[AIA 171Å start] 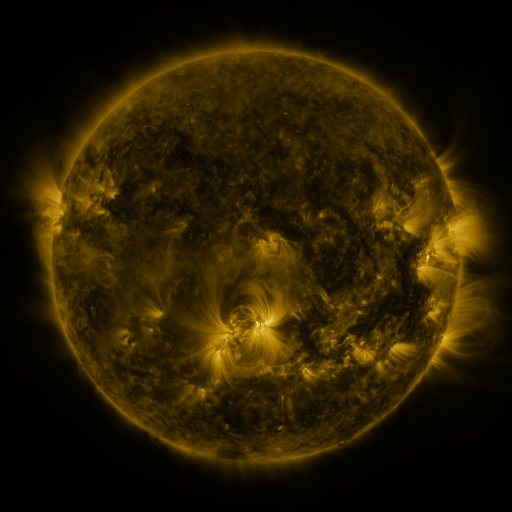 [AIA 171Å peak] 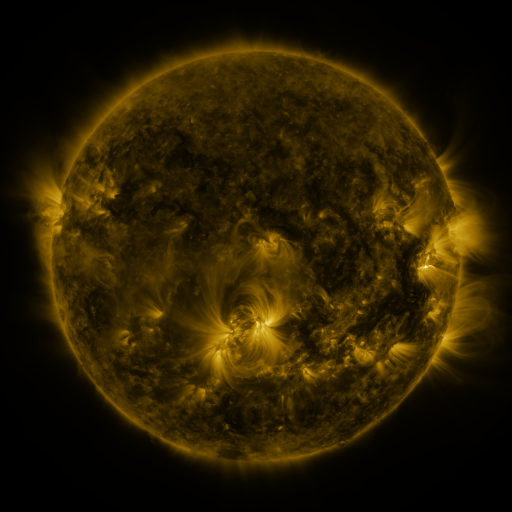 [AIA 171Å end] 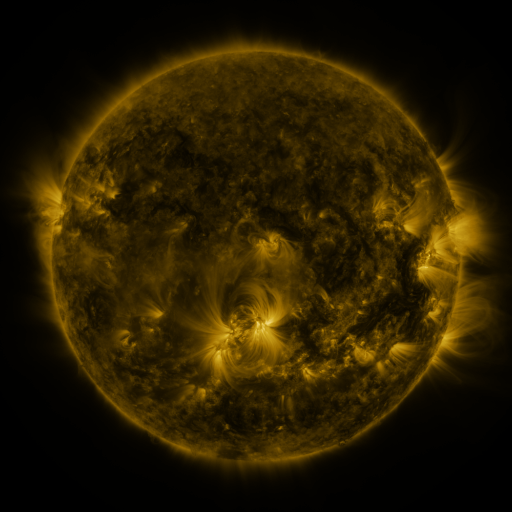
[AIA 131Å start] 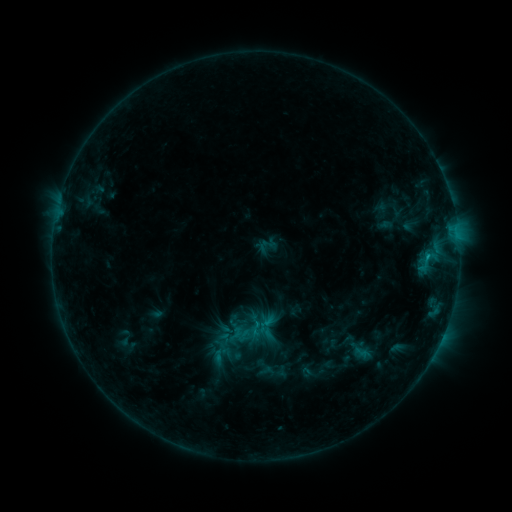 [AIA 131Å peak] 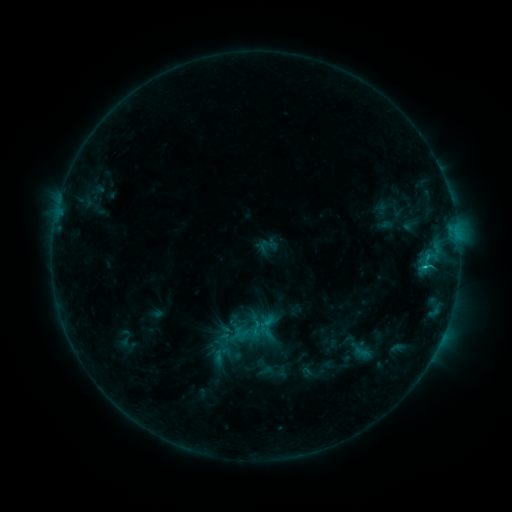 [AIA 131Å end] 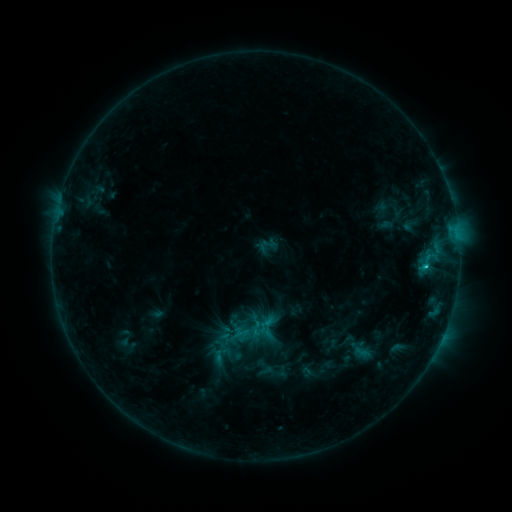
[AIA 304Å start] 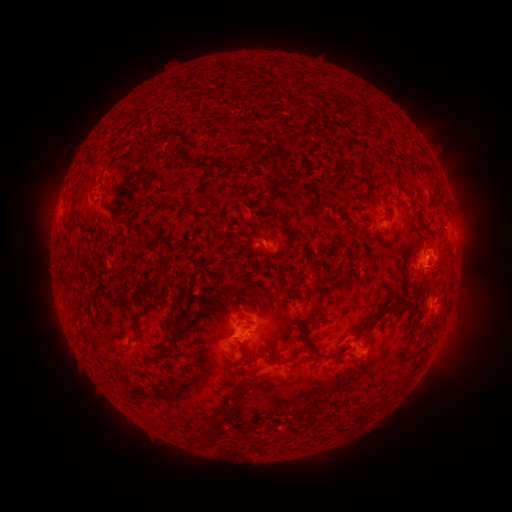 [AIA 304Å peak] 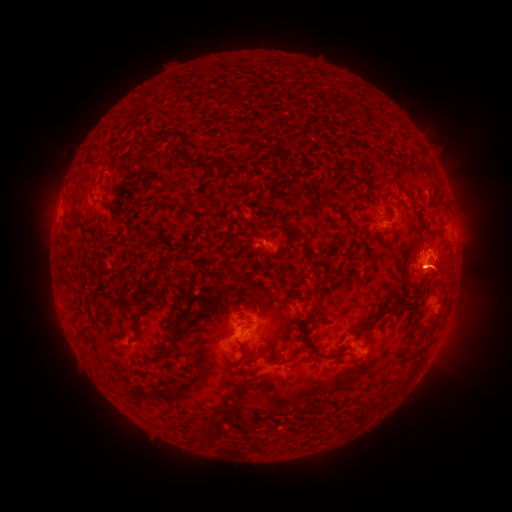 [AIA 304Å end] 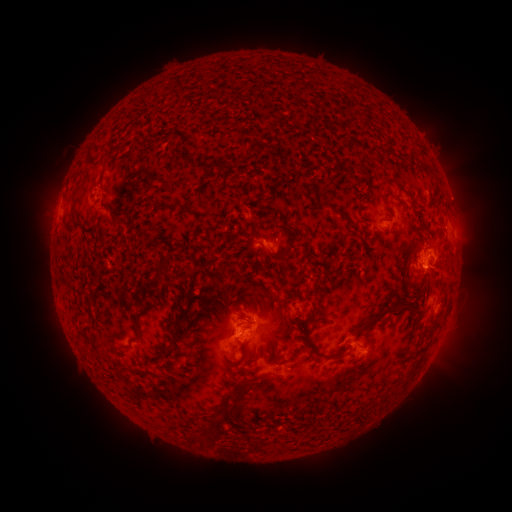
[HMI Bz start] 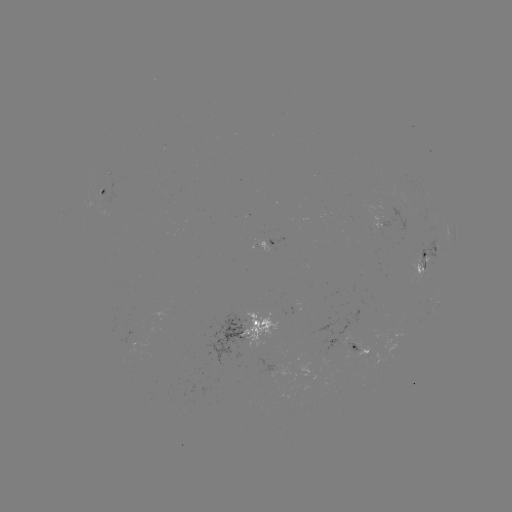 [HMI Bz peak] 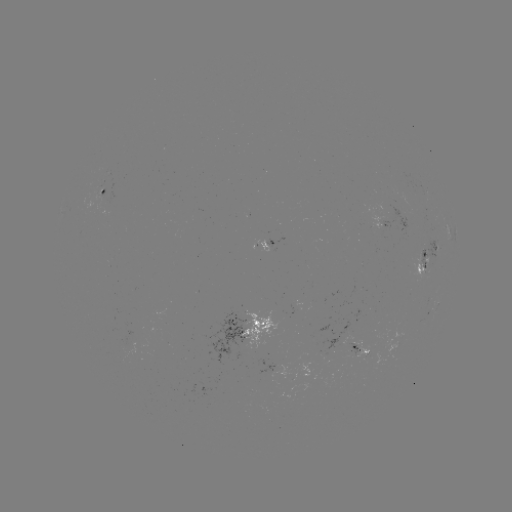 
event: flare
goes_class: C1.0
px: (424, 270)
